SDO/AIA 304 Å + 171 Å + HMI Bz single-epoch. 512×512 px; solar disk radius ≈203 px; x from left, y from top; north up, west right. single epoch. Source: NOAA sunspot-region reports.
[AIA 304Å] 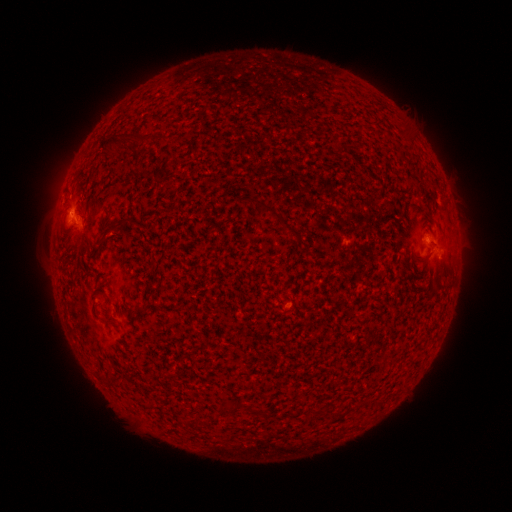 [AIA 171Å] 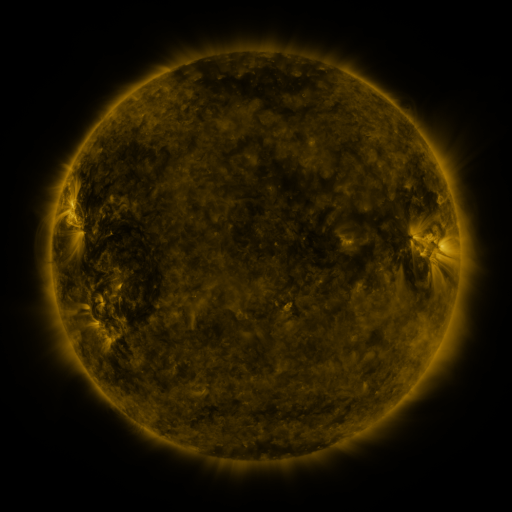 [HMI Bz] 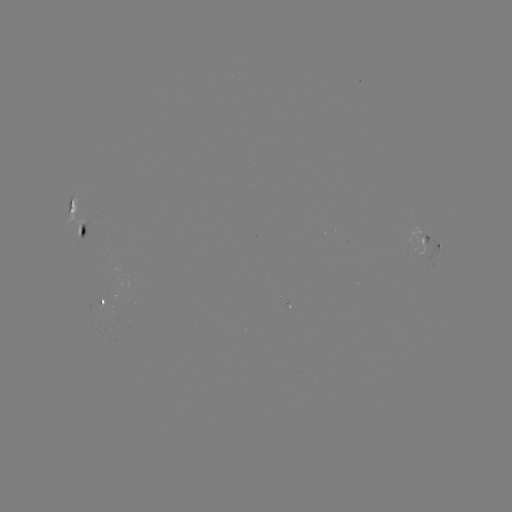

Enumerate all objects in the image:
spotted active region: (78, 217)
spotted active region: (436, 246)
spotted active region: (106, 301)
